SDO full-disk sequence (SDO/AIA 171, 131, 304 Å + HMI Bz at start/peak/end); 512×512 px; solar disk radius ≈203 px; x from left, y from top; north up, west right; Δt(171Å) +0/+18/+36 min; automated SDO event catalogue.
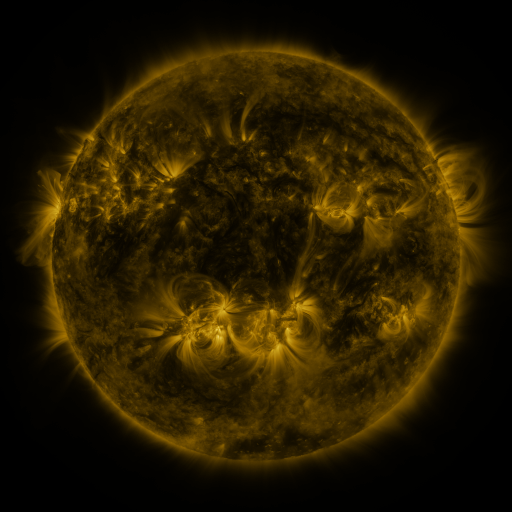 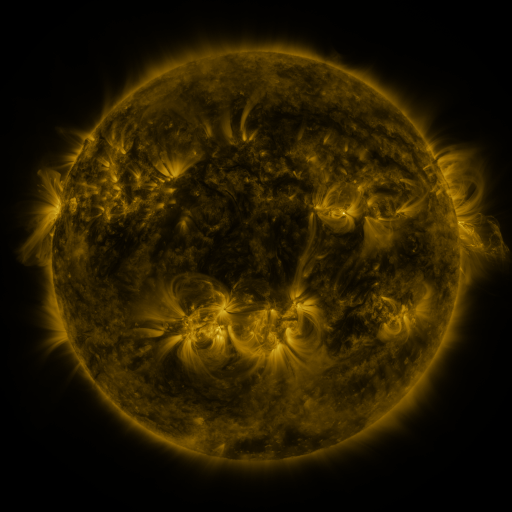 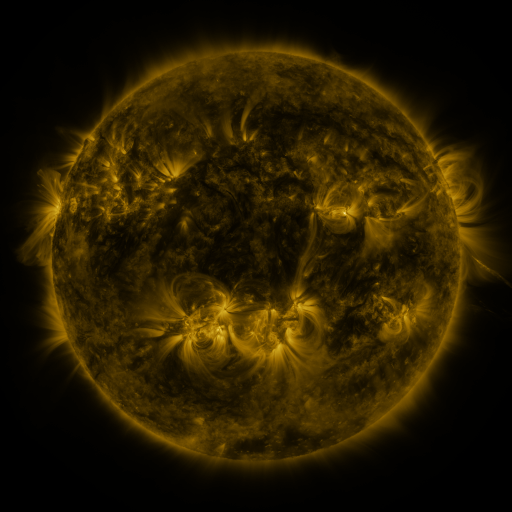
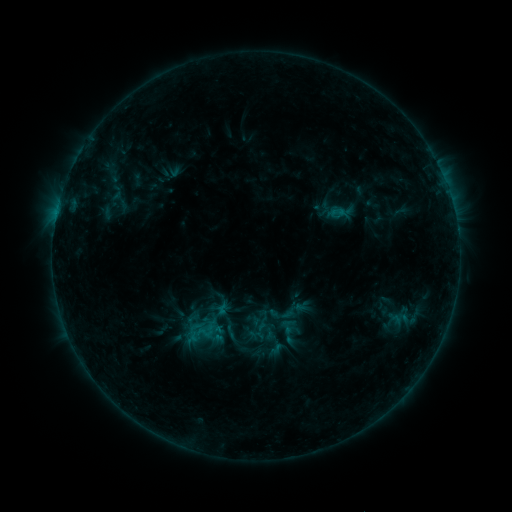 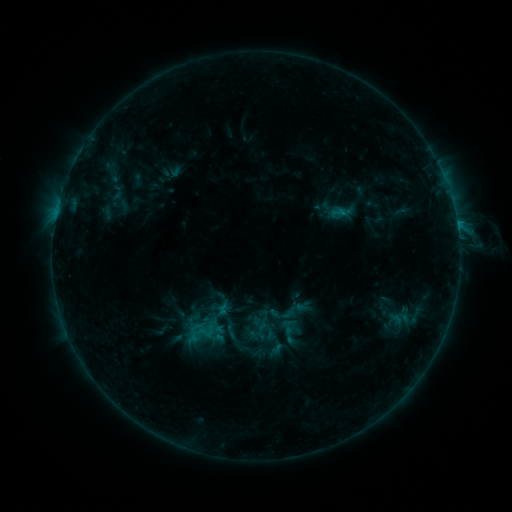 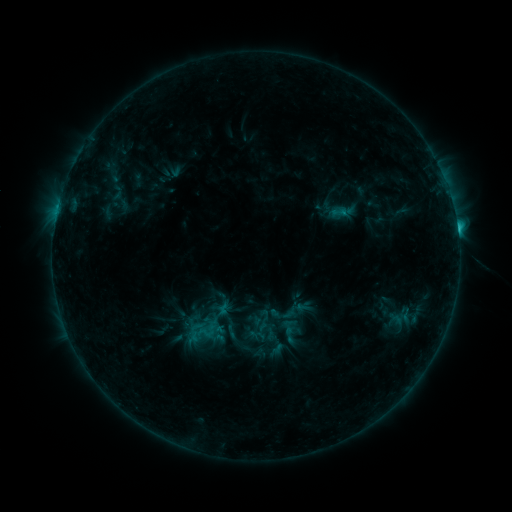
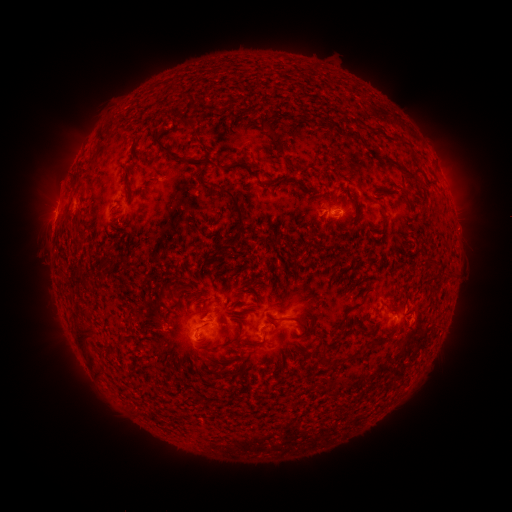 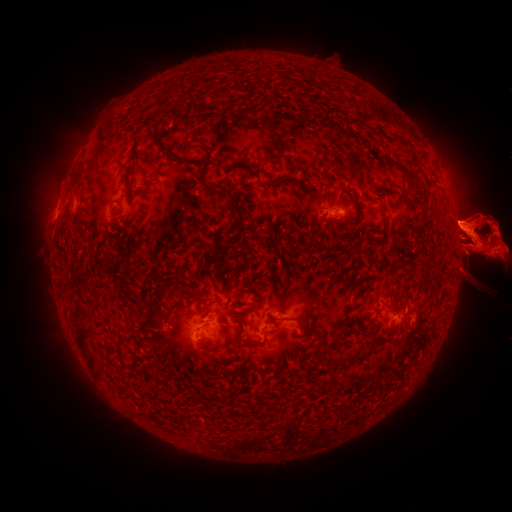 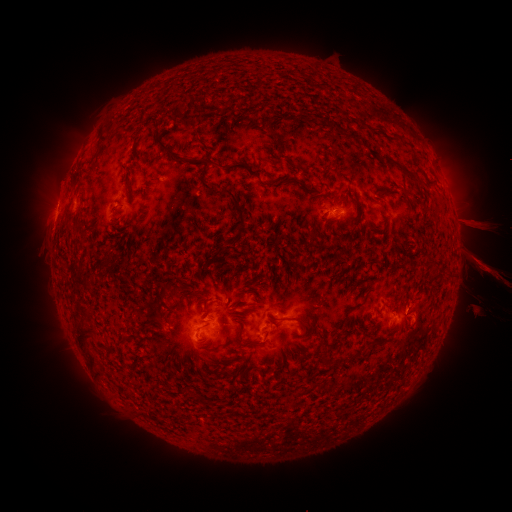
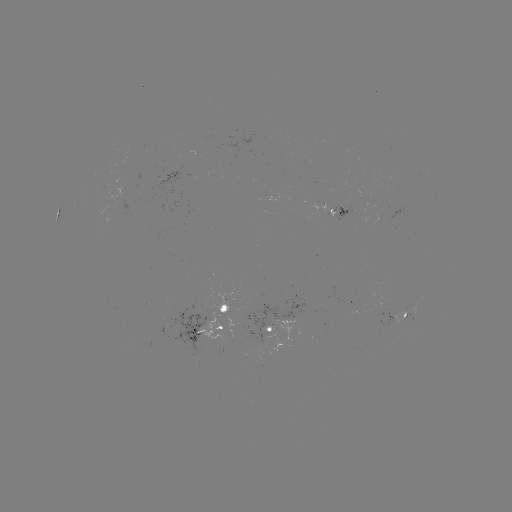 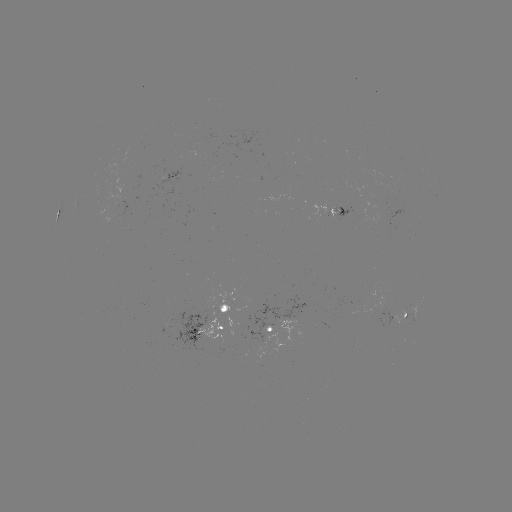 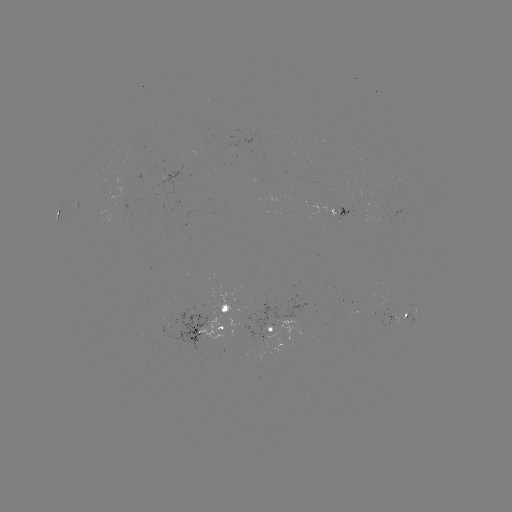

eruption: [0, 189, 102, 307]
